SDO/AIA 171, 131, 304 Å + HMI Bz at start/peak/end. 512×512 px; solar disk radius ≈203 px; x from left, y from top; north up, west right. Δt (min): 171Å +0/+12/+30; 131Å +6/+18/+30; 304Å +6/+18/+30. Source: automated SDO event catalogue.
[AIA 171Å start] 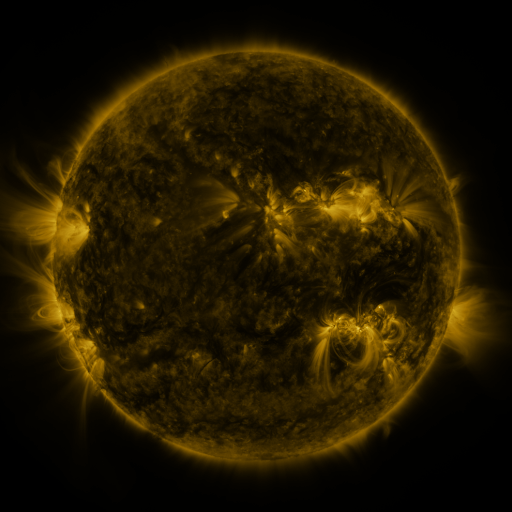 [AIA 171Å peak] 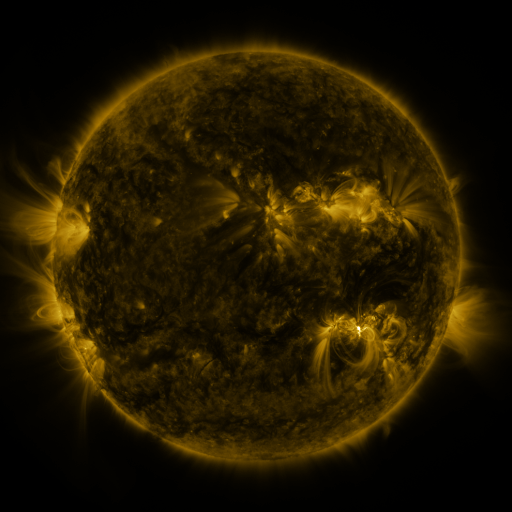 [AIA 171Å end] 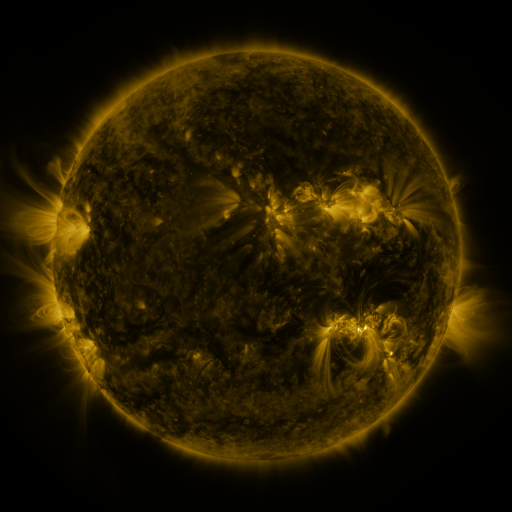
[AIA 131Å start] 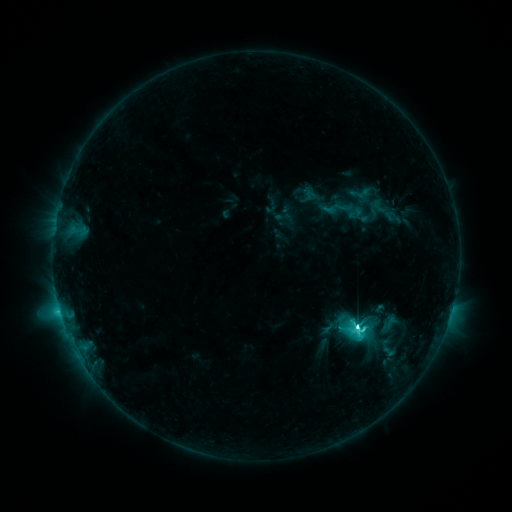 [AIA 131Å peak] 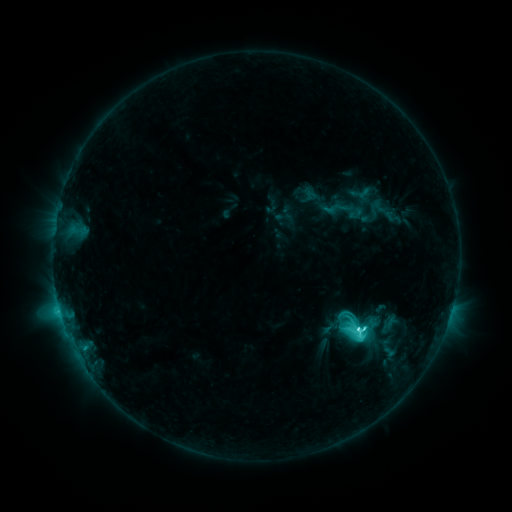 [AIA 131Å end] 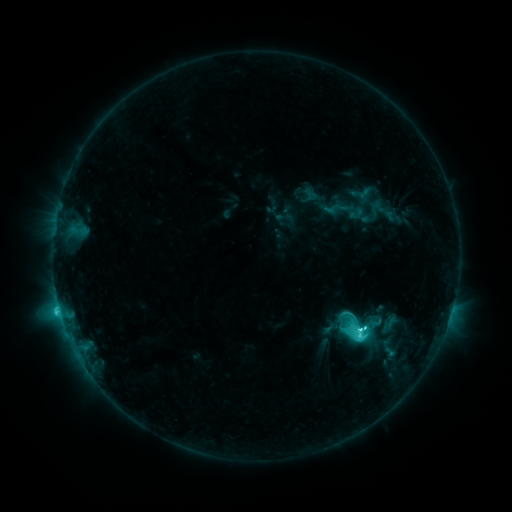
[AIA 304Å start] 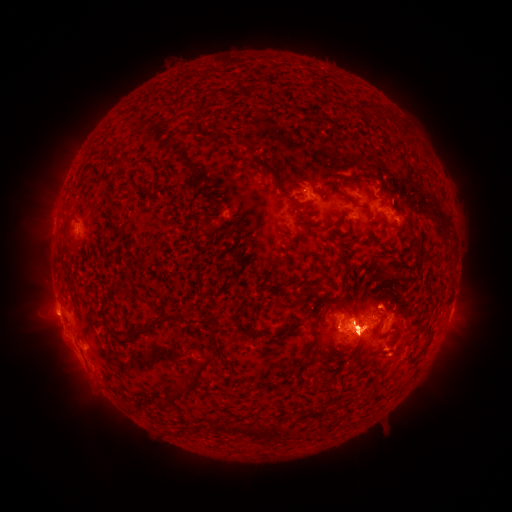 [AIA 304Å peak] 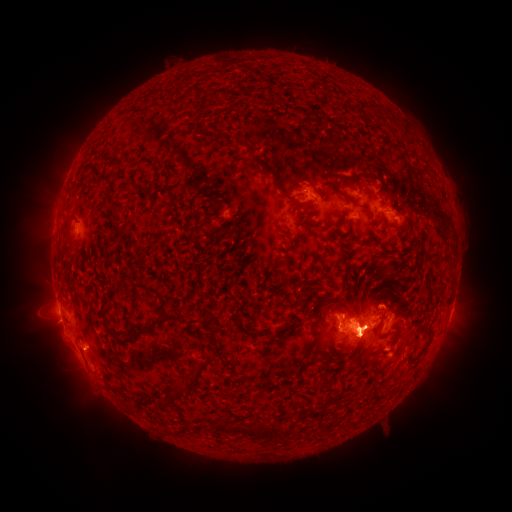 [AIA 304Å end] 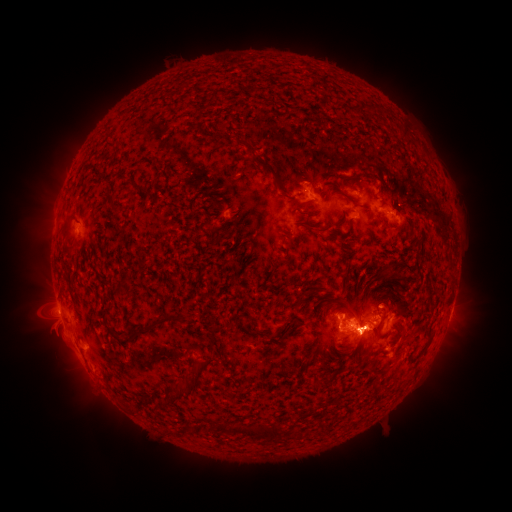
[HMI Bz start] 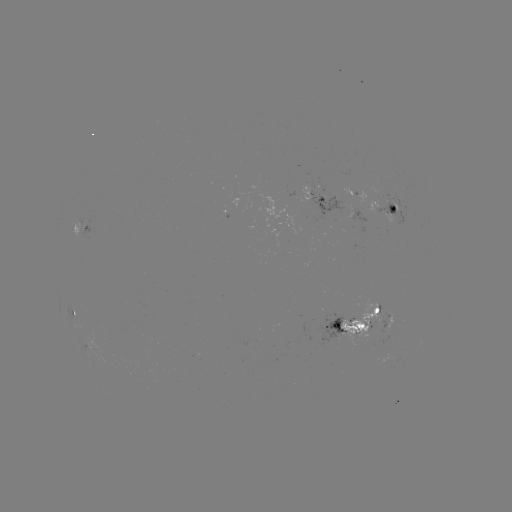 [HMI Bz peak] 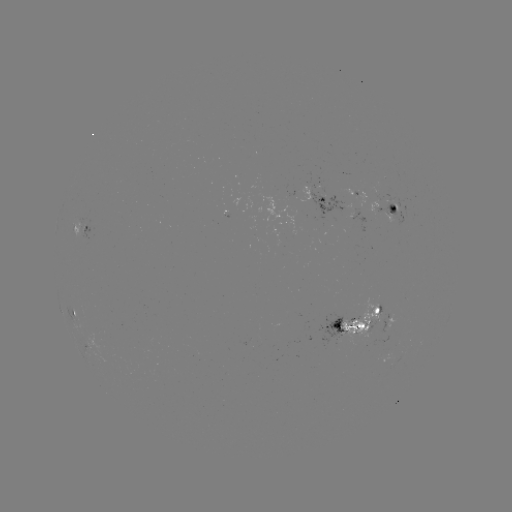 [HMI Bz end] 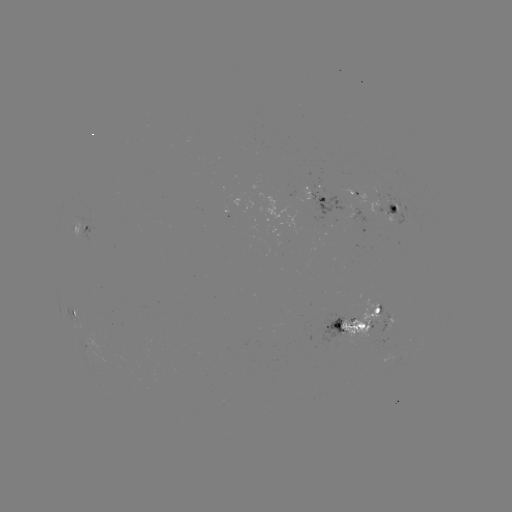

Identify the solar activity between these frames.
eruption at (361, 335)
